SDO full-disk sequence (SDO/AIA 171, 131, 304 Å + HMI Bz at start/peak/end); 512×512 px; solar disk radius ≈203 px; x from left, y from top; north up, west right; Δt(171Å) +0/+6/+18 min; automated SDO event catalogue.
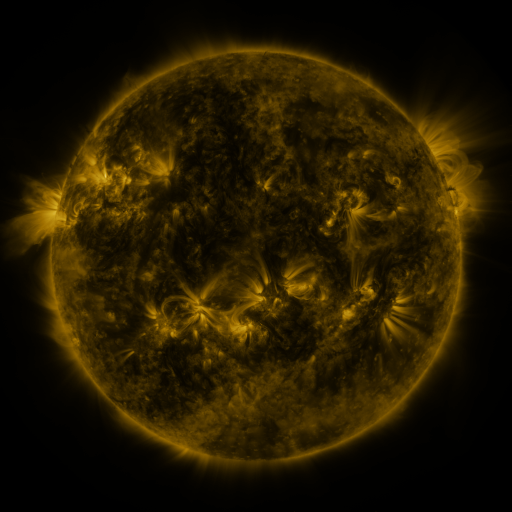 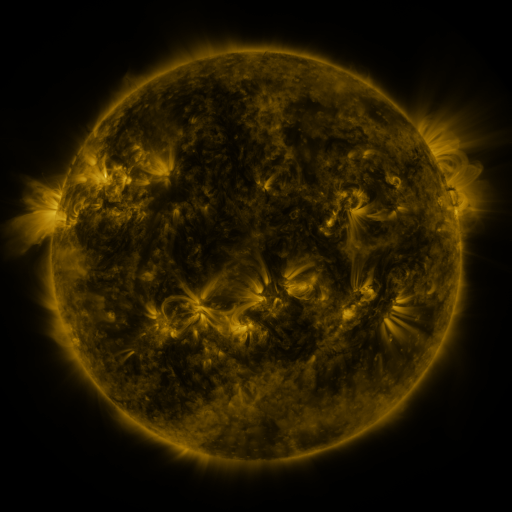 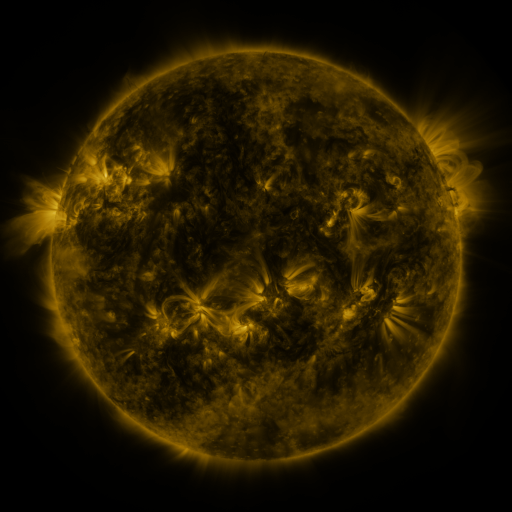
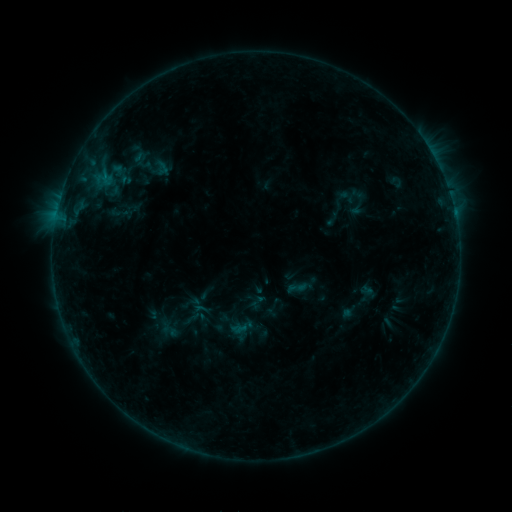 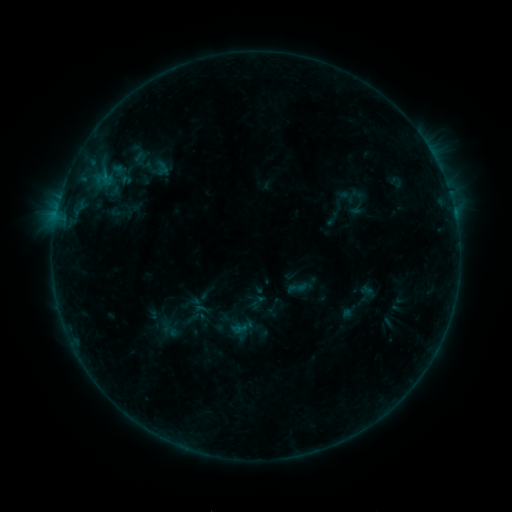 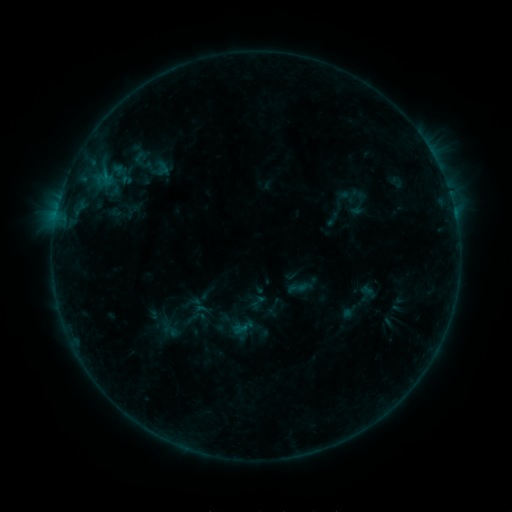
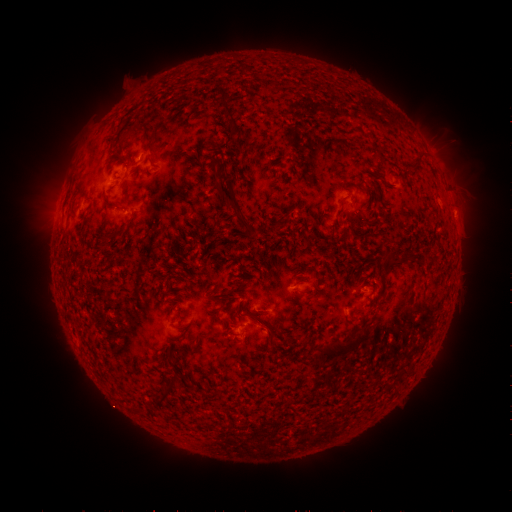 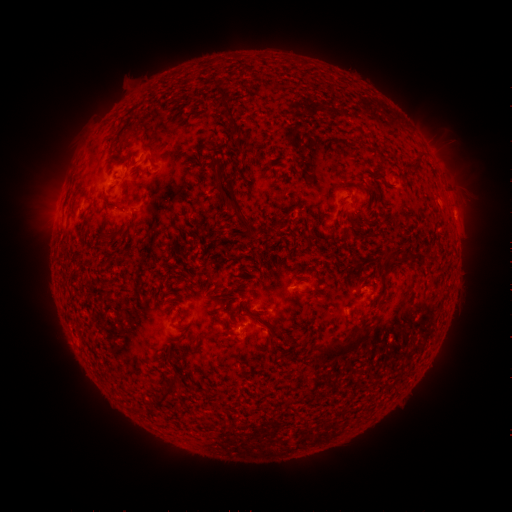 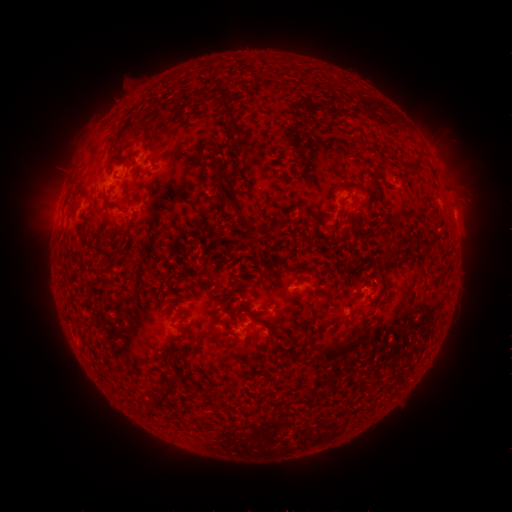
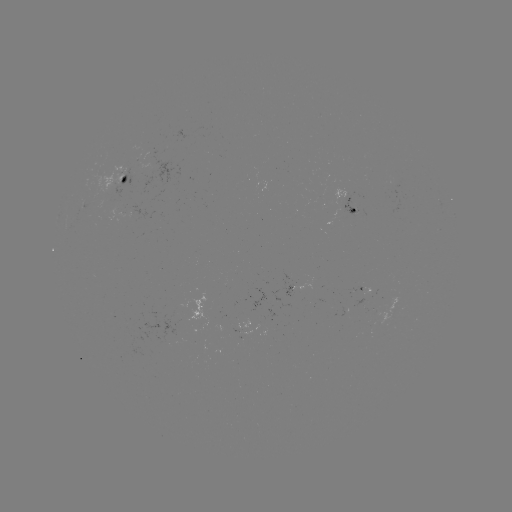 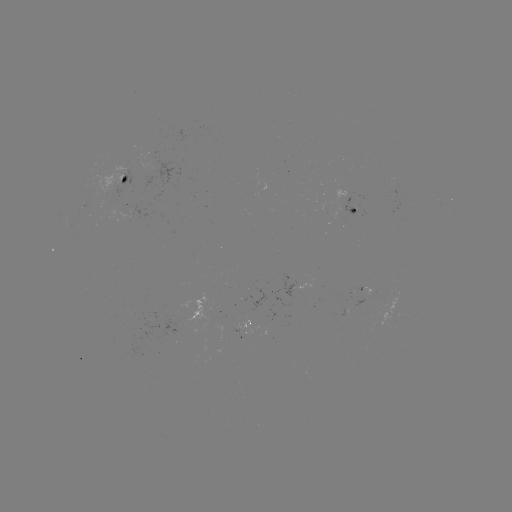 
no flare in any classed list; no EUV-trigger detection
